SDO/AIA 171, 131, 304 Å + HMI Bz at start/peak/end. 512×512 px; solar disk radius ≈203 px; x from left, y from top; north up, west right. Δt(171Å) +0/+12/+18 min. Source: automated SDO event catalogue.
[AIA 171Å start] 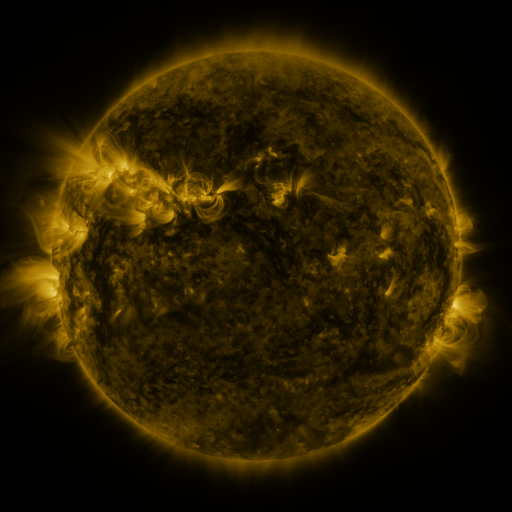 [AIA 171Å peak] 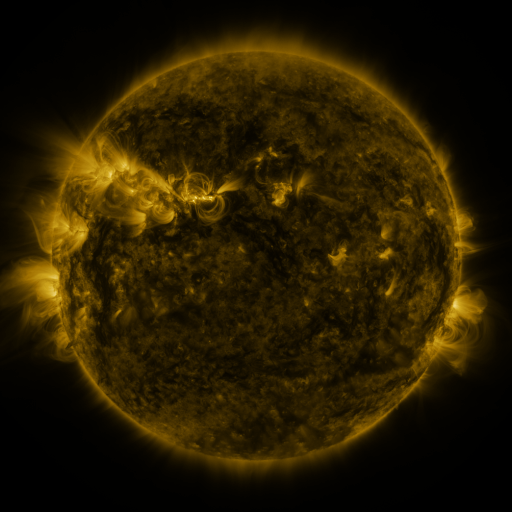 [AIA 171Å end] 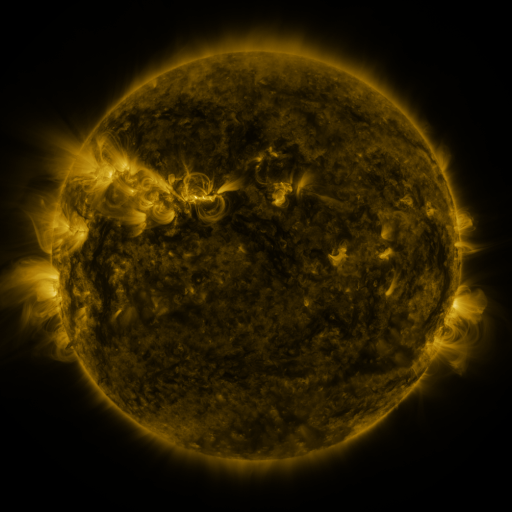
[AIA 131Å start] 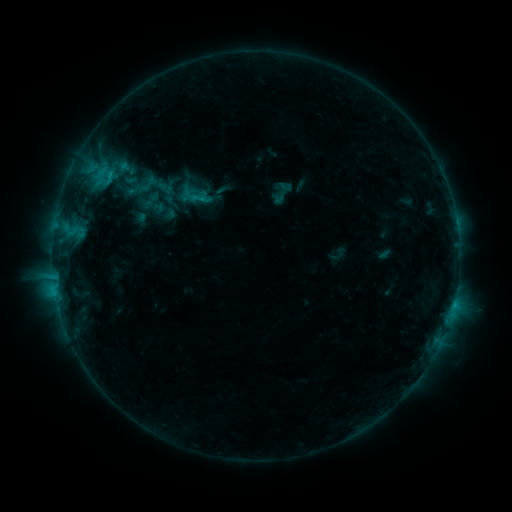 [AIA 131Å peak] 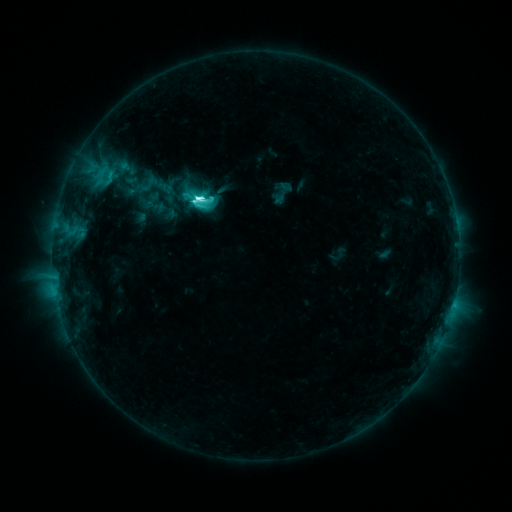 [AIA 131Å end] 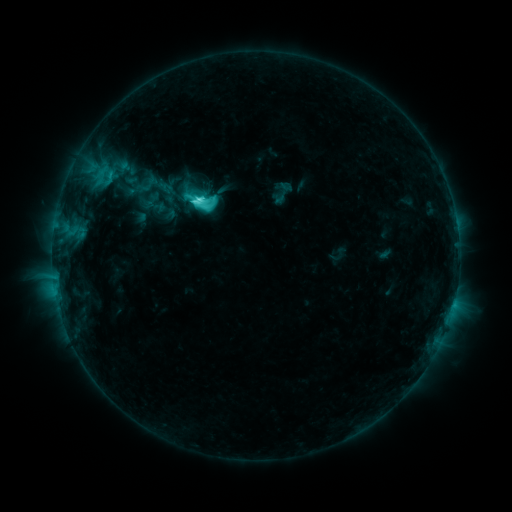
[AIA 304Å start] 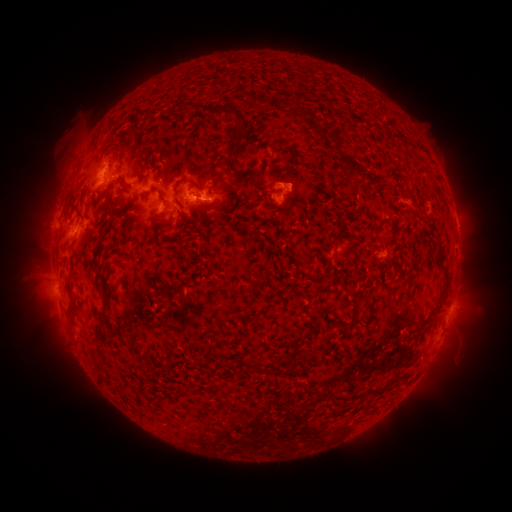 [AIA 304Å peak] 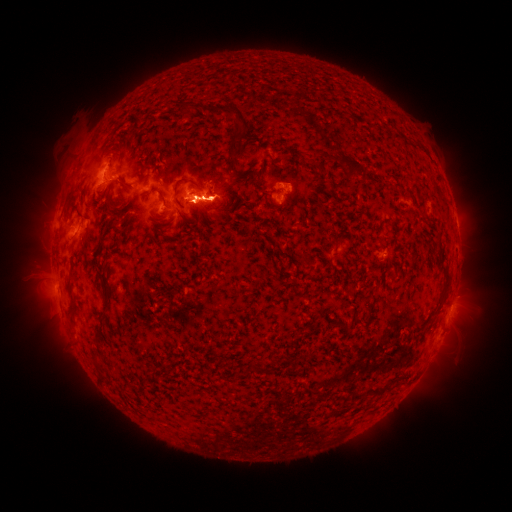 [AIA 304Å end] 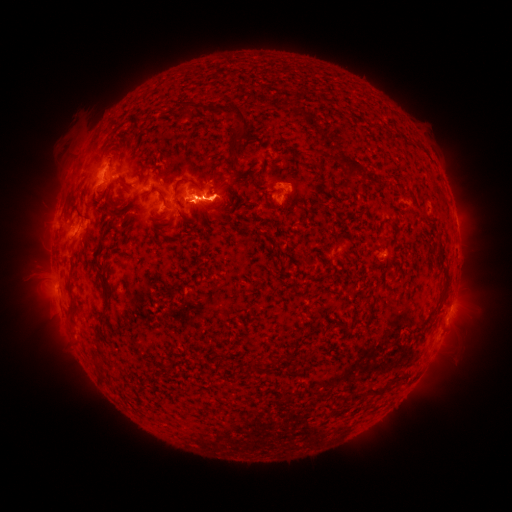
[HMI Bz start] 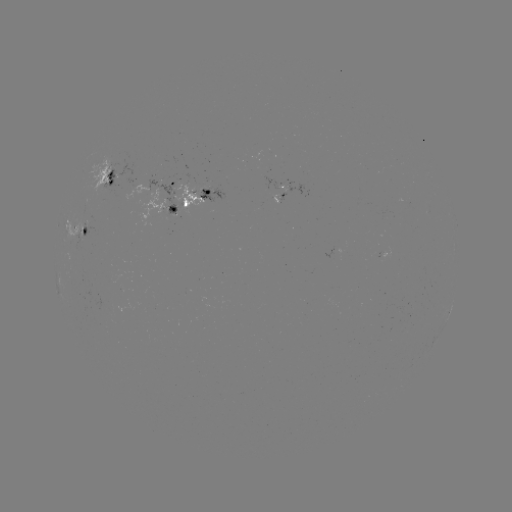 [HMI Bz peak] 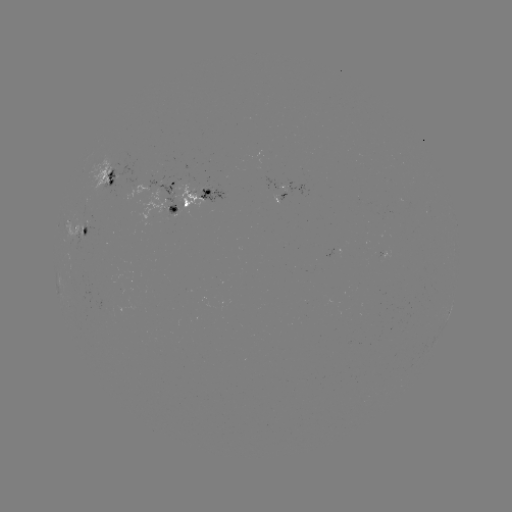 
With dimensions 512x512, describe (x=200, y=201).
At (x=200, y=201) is C7.8 flare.